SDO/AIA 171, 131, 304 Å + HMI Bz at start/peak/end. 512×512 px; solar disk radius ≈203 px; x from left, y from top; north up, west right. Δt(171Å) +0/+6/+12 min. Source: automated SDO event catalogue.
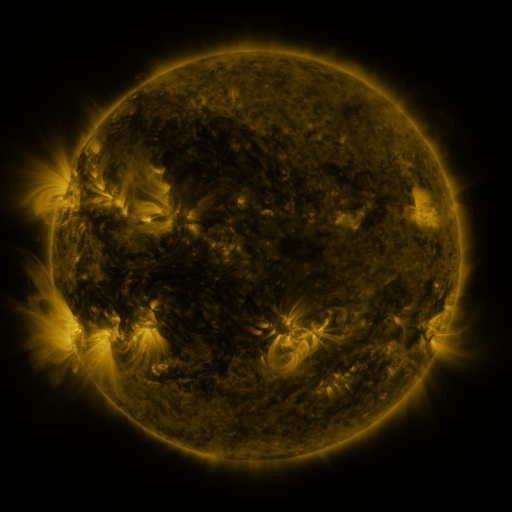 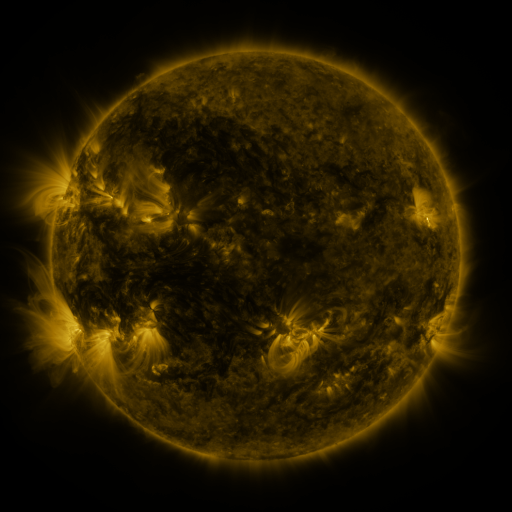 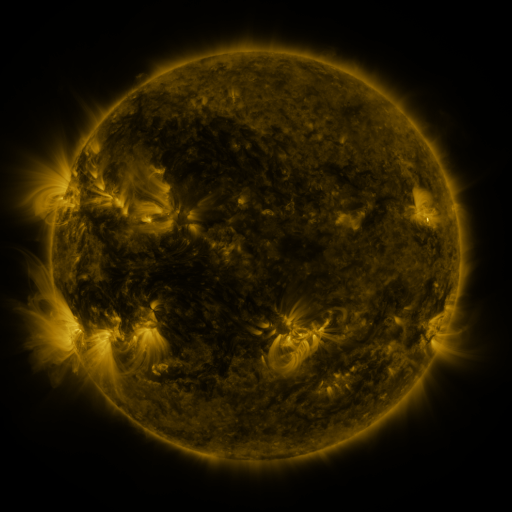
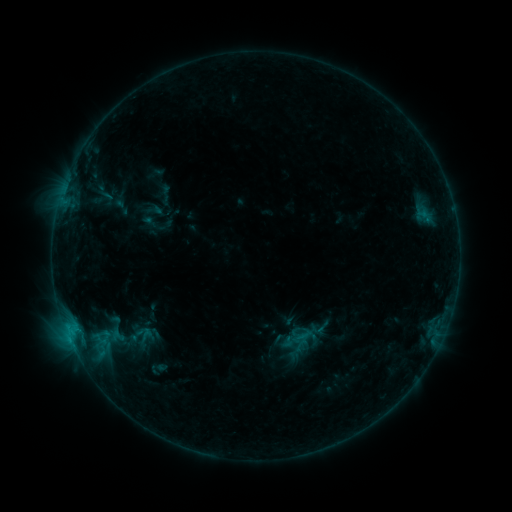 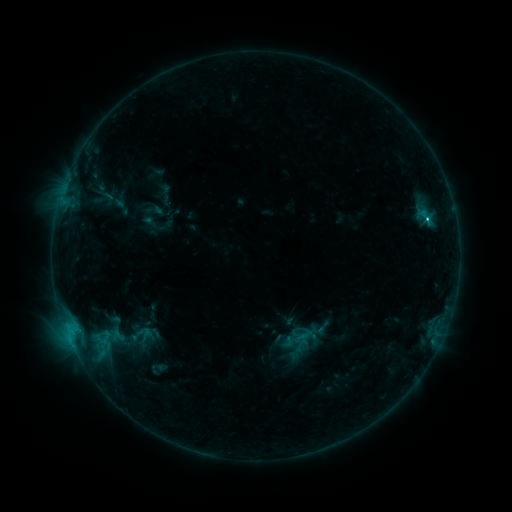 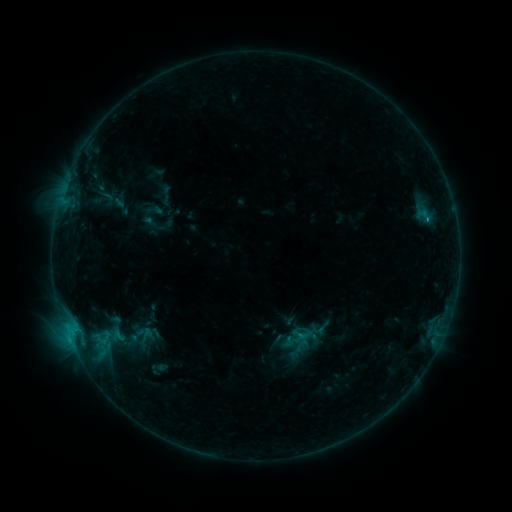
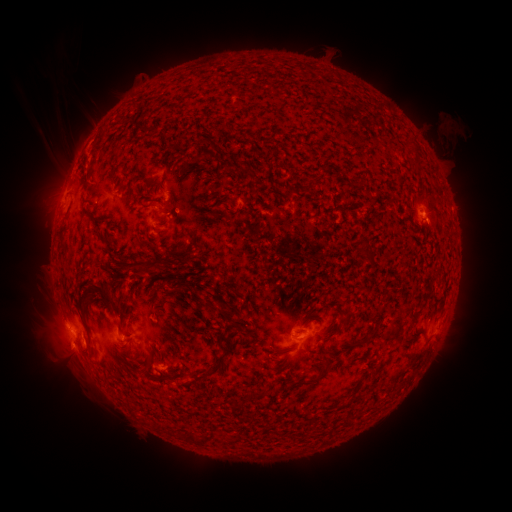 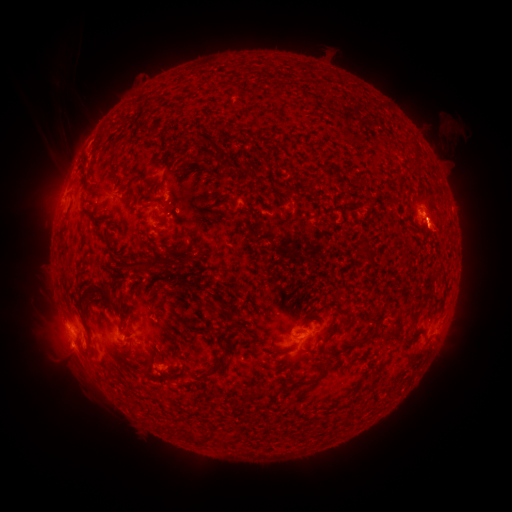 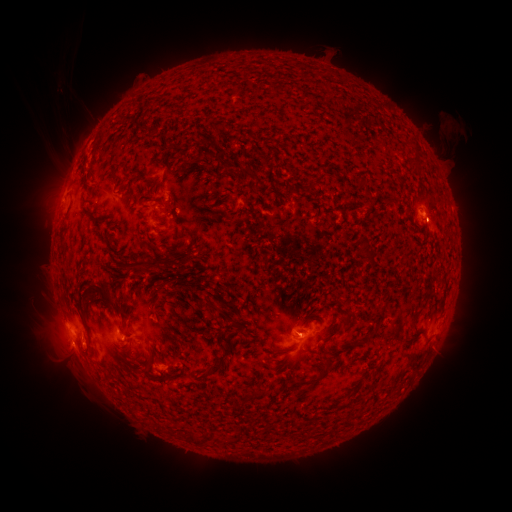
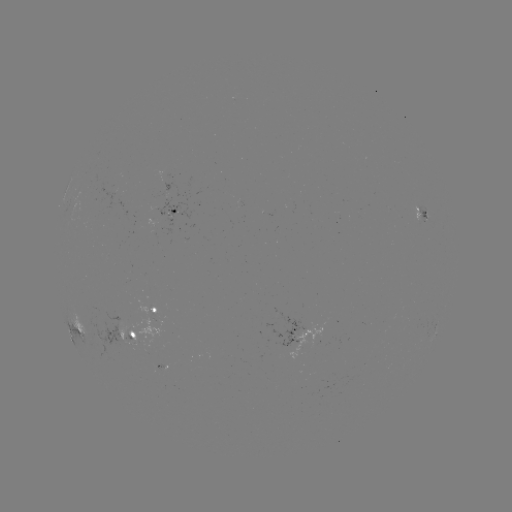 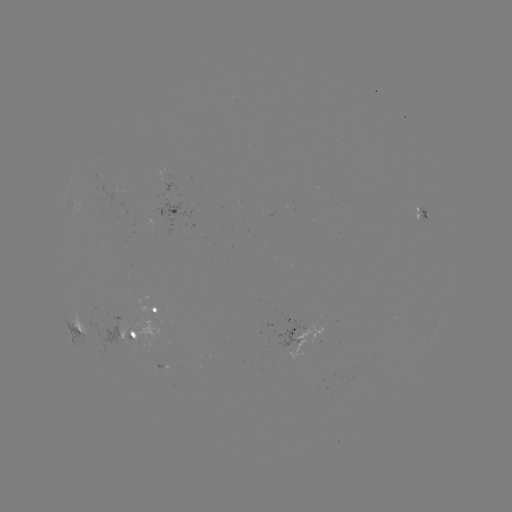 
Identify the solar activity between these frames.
C1.3 flare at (426, 223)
